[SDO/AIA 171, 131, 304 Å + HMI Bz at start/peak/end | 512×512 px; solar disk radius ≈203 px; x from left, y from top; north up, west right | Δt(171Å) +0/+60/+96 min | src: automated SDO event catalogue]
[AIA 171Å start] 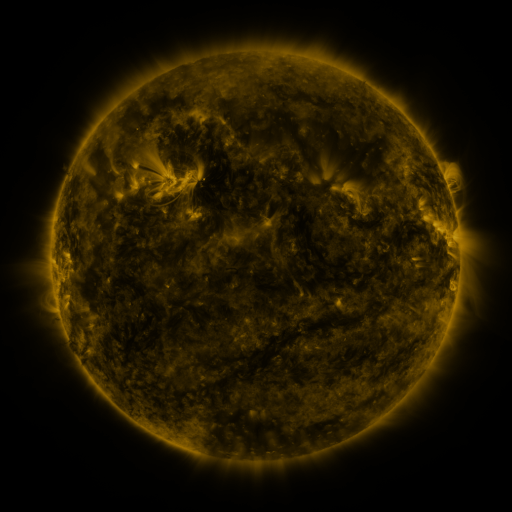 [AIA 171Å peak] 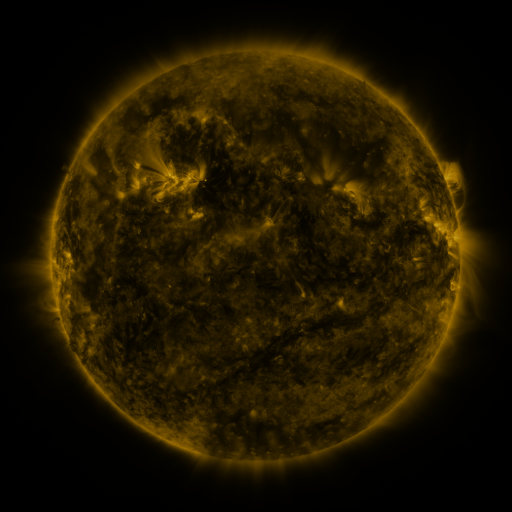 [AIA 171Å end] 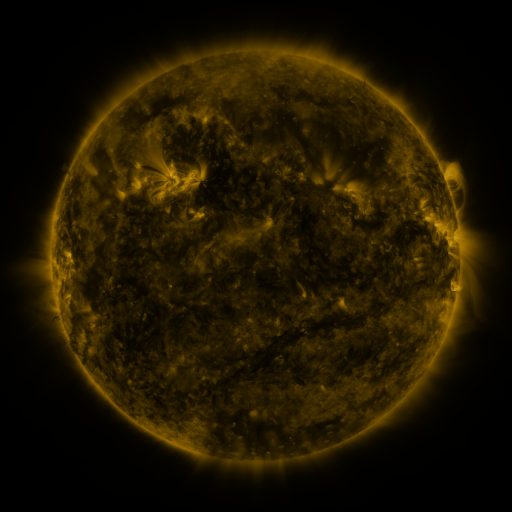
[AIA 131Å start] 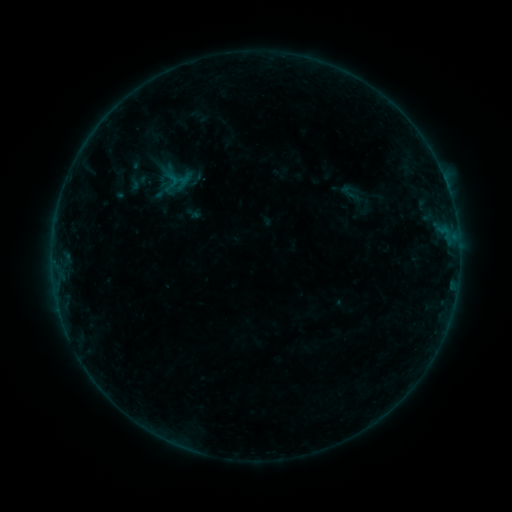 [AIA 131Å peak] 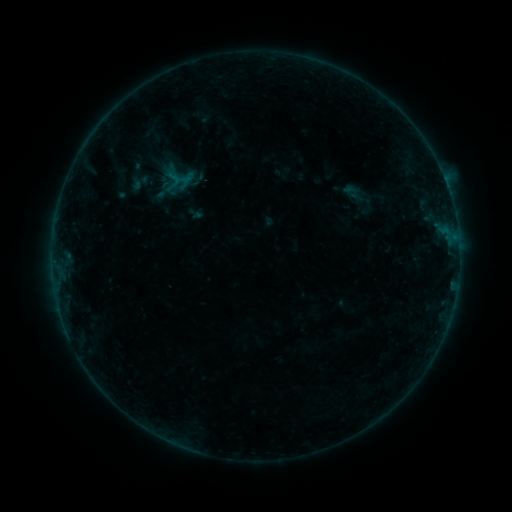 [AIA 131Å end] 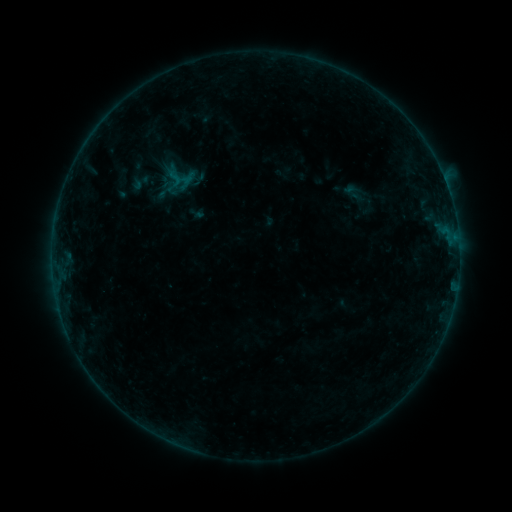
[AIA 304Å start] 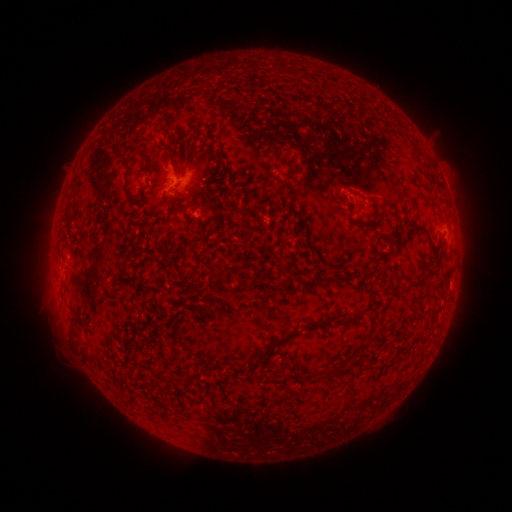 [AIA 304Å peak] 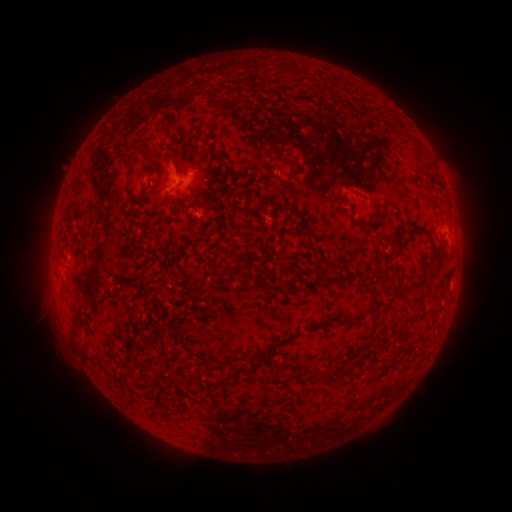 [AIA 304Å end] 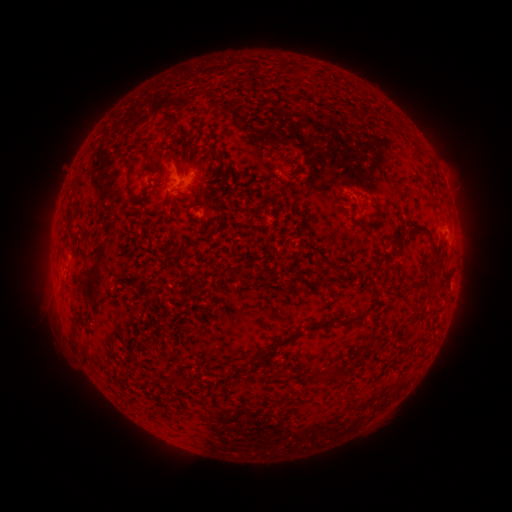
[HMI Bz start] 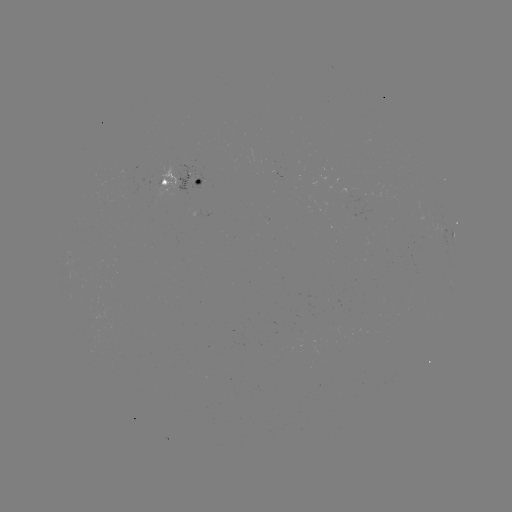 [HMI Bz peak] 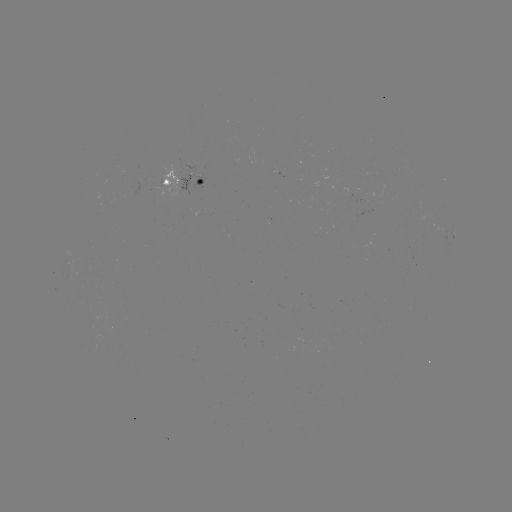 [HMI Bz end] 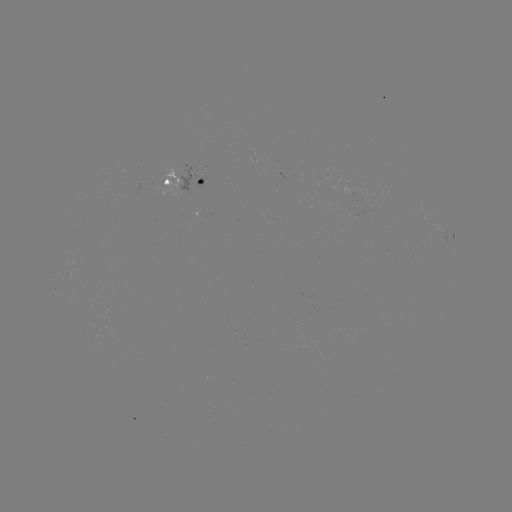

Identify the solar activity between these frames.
emerging-flux region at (156, 186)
